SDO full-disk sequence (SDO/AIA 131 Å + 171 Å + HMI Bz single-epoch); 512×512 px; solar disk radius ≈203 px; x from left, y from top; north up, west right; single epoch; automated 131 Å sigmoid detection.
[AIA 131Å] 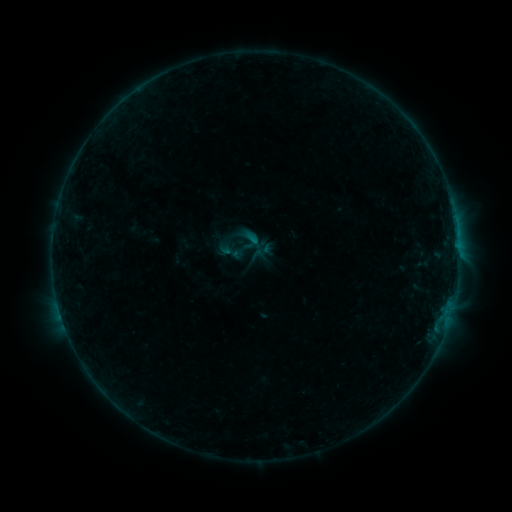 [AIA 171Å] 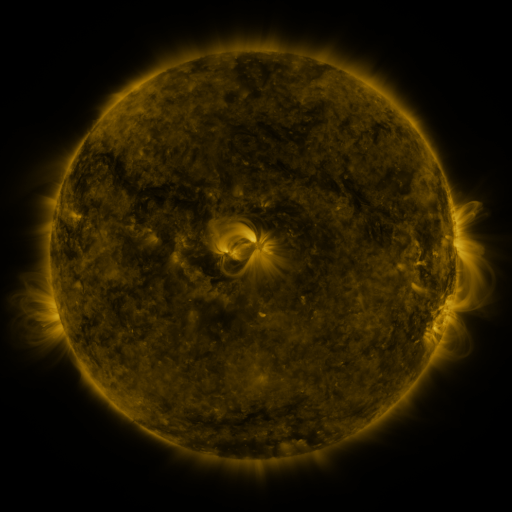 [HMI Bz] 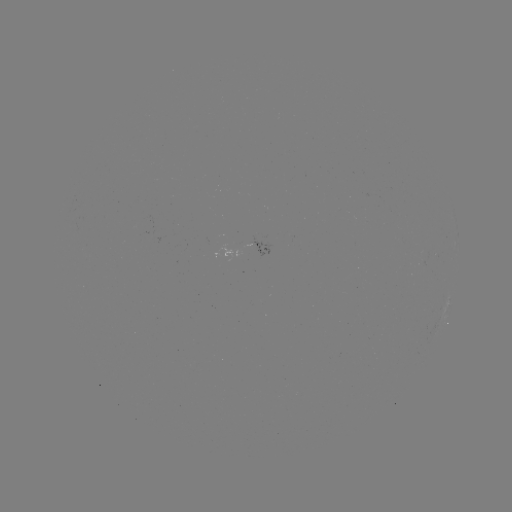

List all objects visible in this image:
sigmoid: (251, 240)
